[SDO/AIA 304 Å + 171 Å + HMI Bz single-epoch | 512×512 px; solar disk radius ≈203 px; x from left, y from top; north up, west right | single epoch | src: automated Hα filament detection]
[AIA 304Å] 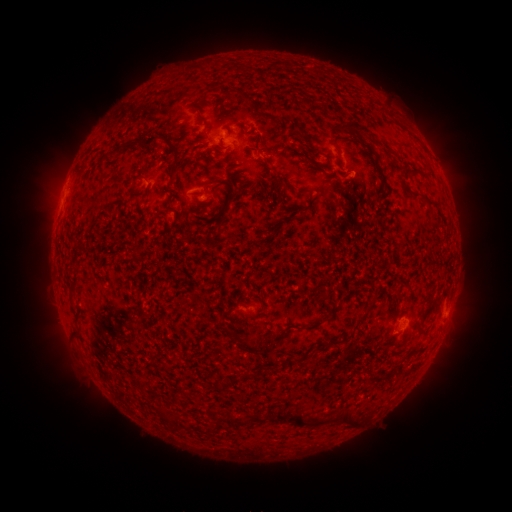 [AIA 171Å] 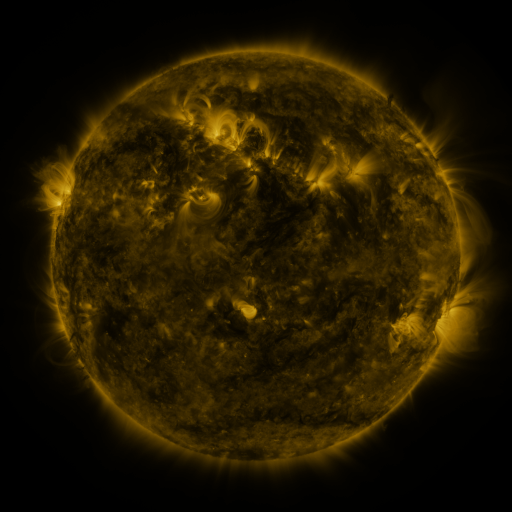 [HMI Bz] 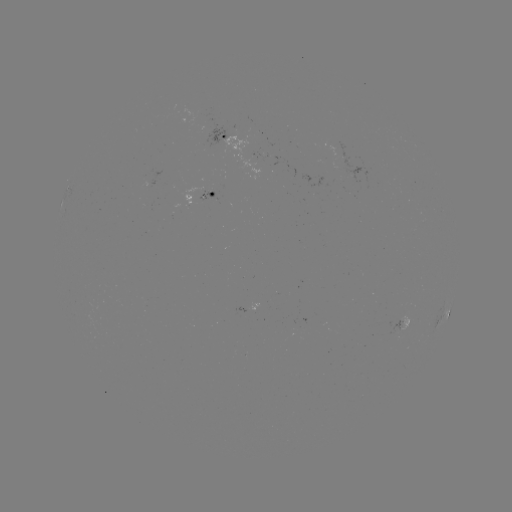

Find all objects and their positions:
filament: (249, 99)
filament: (203, 120)
filament: (353, 127)
filament: (151, 140)
filament: (124, 147)
filament: (175, 153)
filament: (310, 158)
filament: (412, 172)
filament: (140, 178)
filament: (384, 178)
filament: (220, 181)
filament: (237, 181)
filament: (278, 182)
filament: (422, 196)
filament: (436, 309)
filament: (359, 321)
filament: (313, 326)
filament: (244, 345)
filament: (297, 360)
filament: (279, 415)
filament: (164, 418)
filament: (260, 419)
filament: (239, 420)
filament: (349, 420)
filament: (176, 422)
filament: (308, 422)
